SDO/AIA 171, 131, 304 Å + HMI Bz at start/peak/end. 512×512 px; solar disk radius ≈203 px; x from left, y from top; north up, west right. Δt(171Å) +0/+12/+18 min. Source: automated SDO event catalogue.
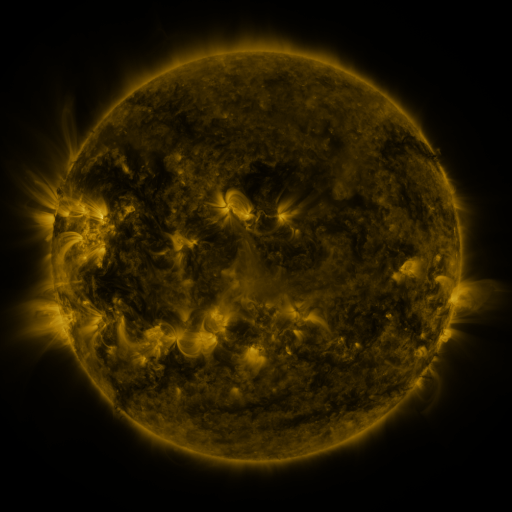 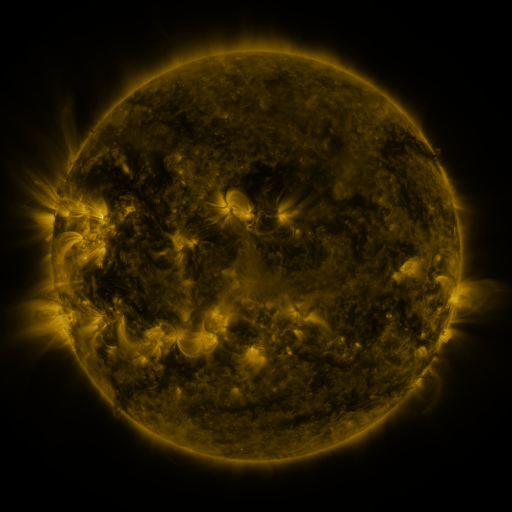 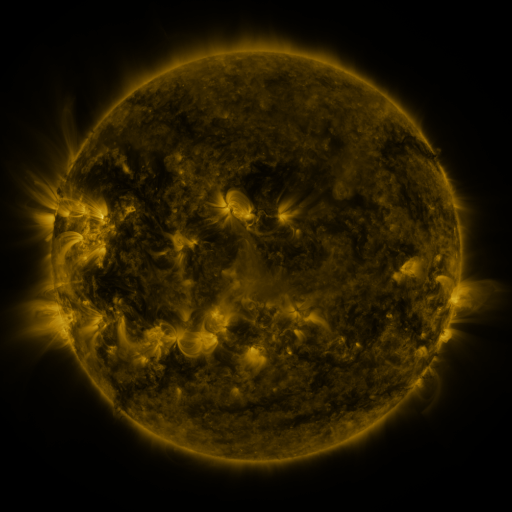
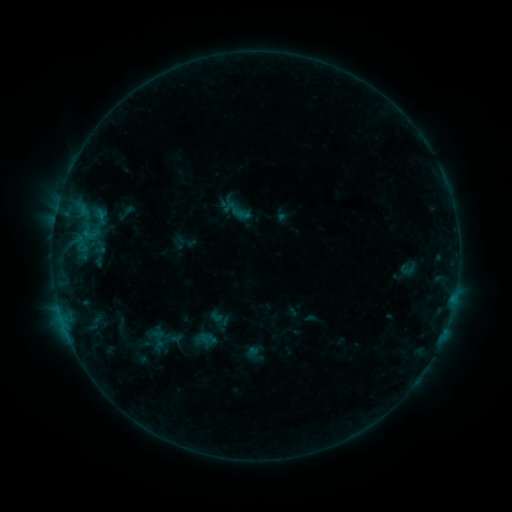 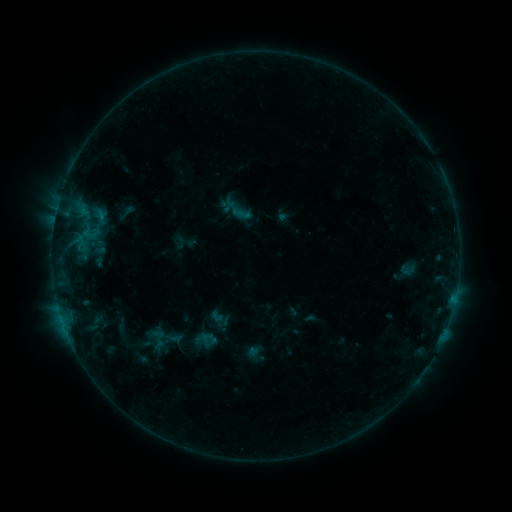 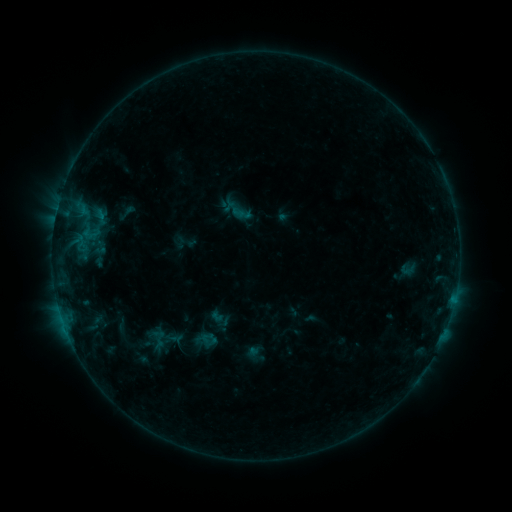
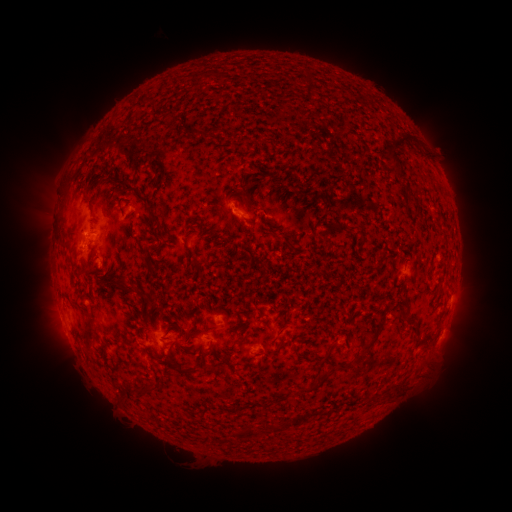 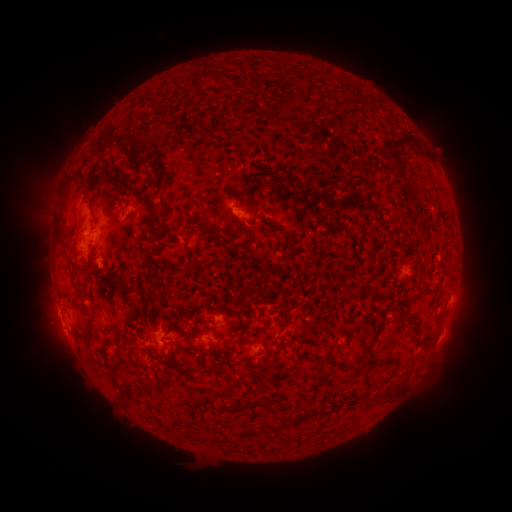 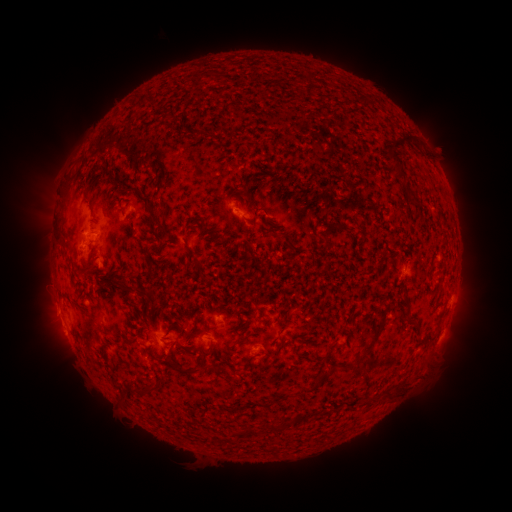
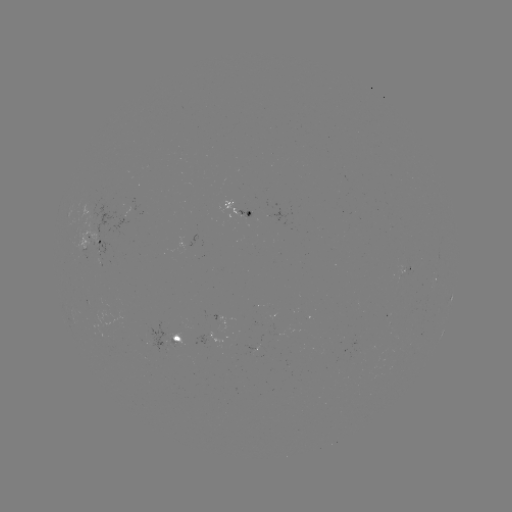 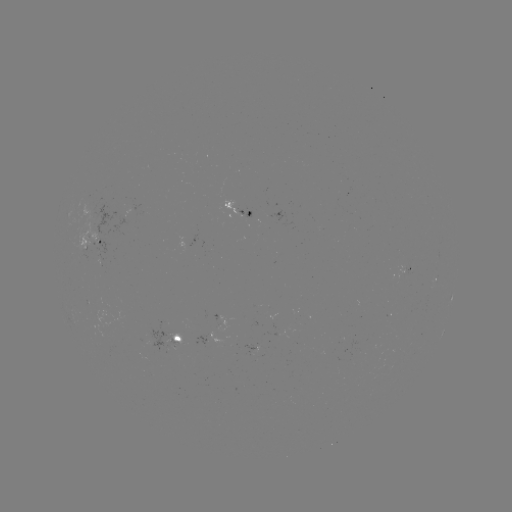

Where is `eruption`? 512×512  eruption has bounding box [28, 293, 78, 339].